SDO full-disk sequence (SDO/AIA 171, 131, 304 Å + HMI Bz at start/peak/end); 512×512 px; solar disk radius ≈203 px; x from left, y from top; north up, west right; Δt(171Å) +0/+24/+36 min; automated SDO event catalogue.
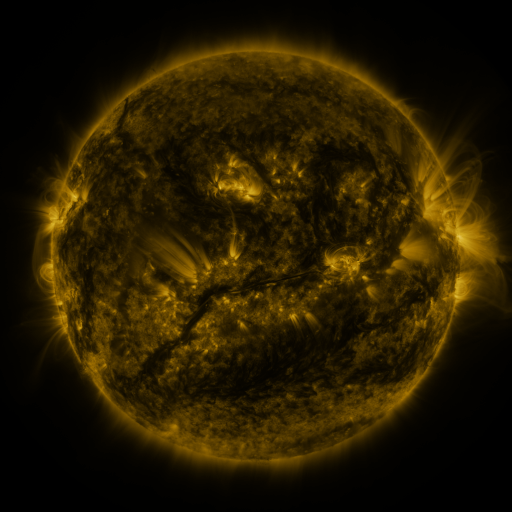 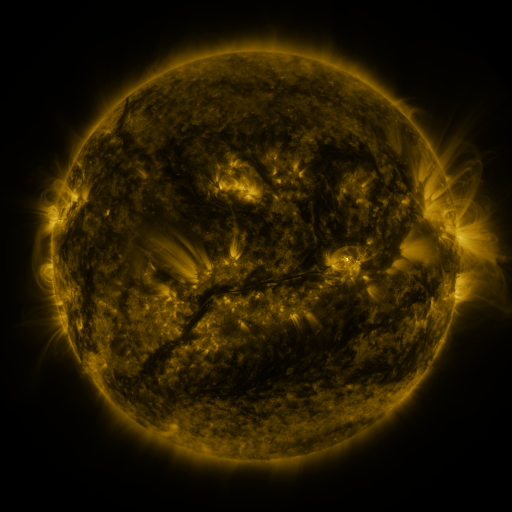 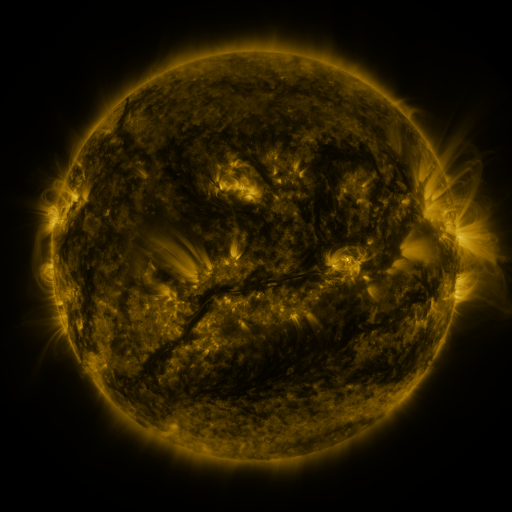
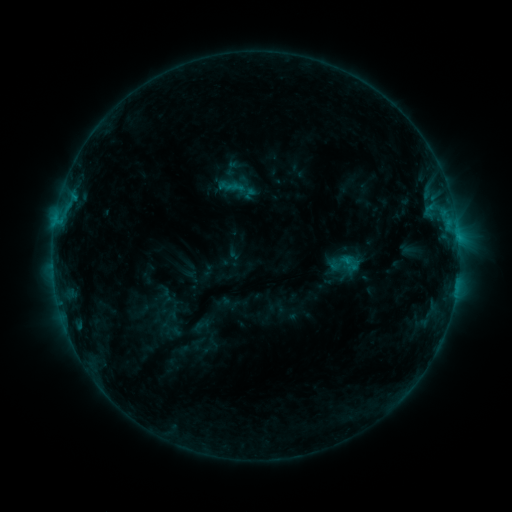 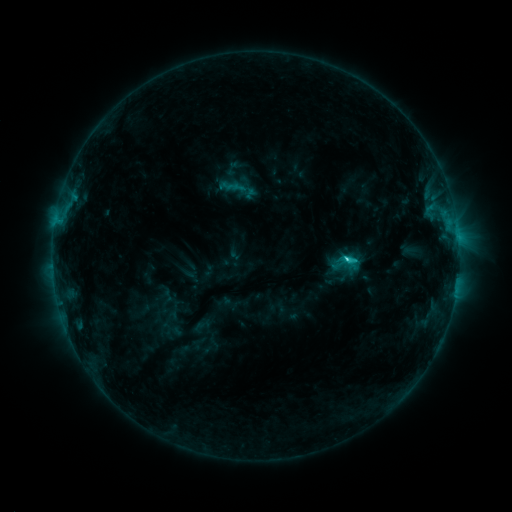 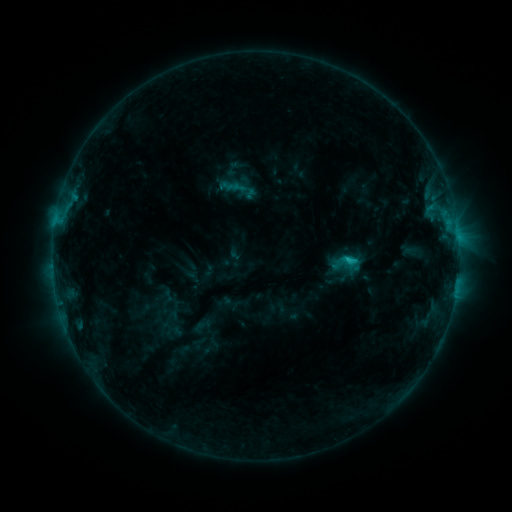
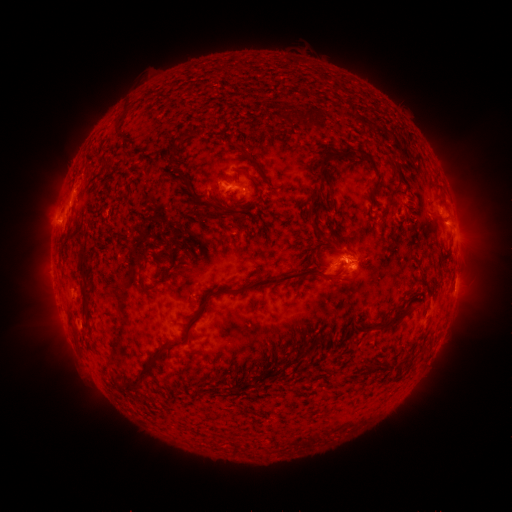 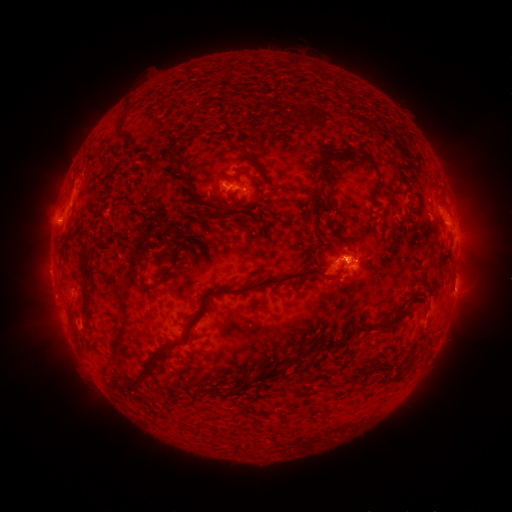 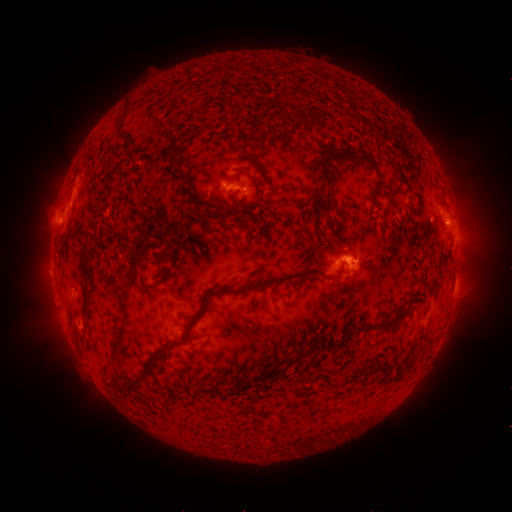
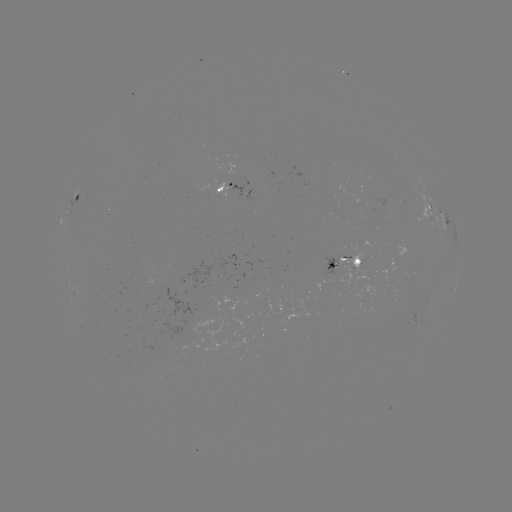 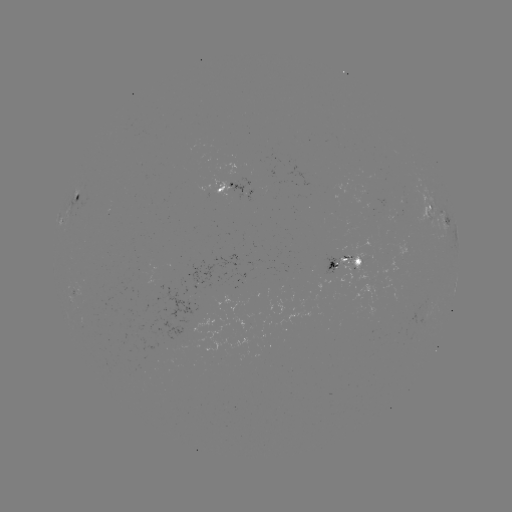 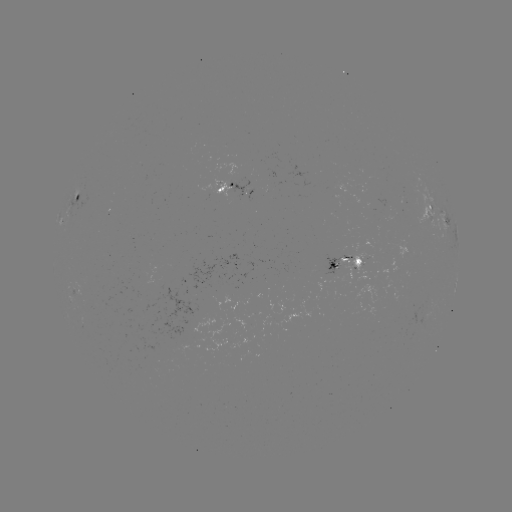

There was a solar flare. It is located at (344, 256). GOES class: C2.1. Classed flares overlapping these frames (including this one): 1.